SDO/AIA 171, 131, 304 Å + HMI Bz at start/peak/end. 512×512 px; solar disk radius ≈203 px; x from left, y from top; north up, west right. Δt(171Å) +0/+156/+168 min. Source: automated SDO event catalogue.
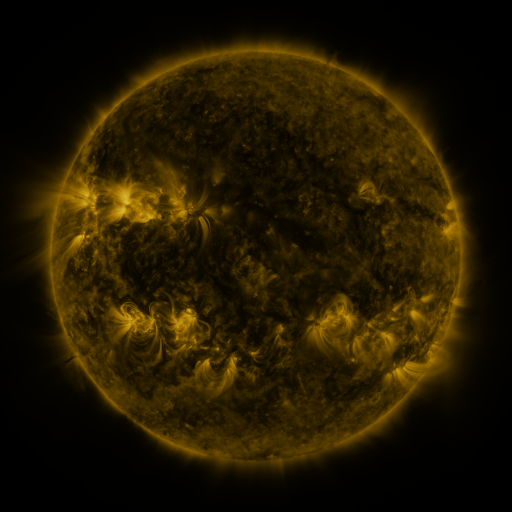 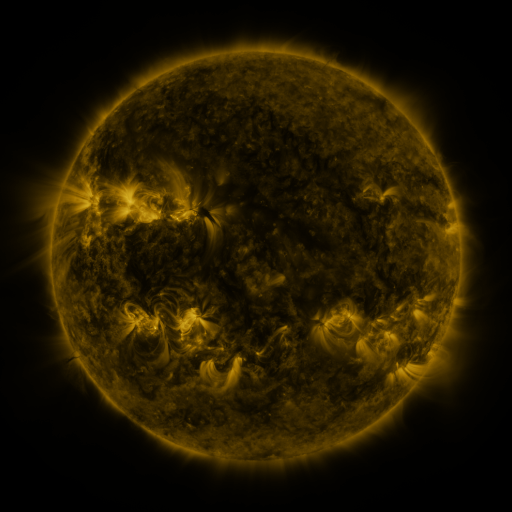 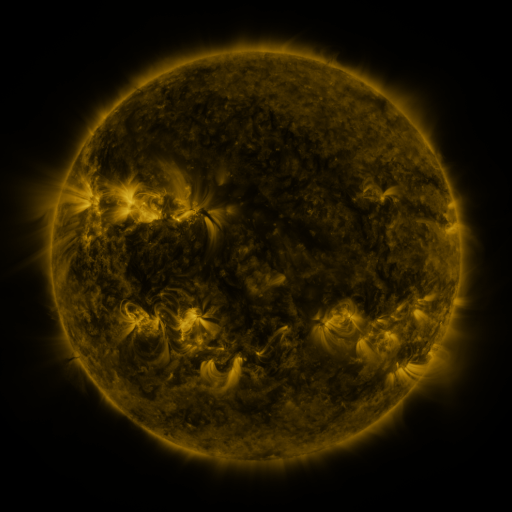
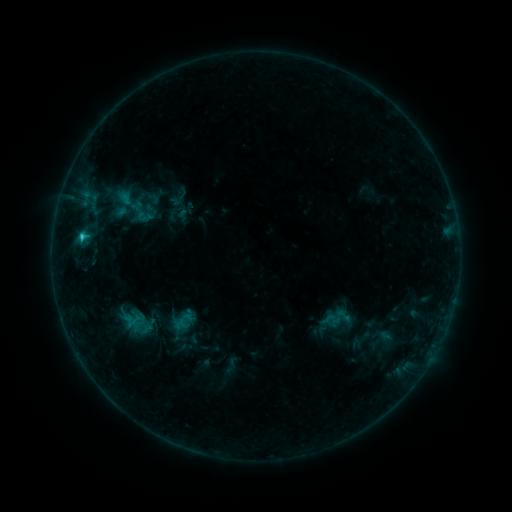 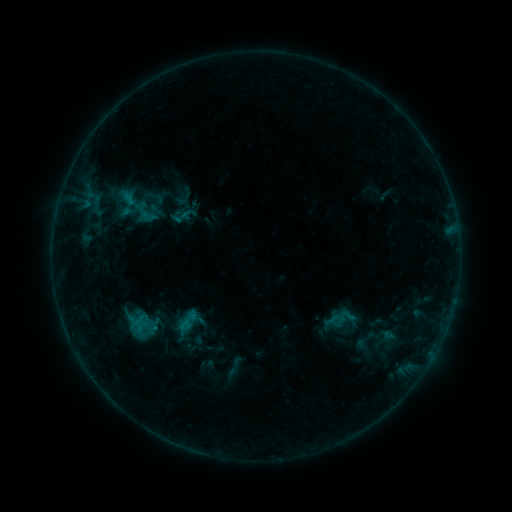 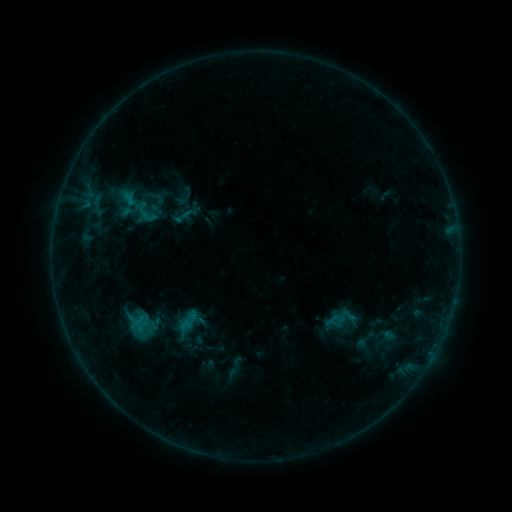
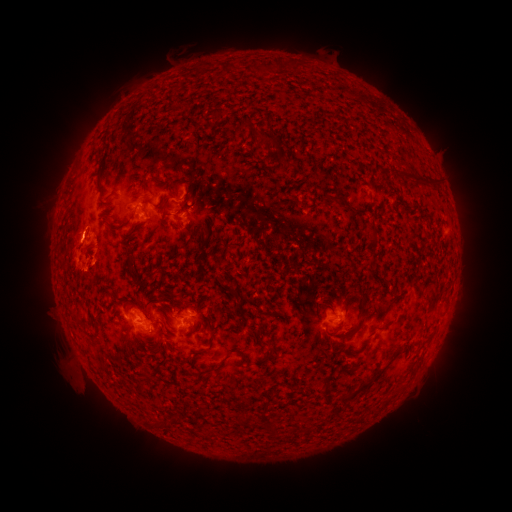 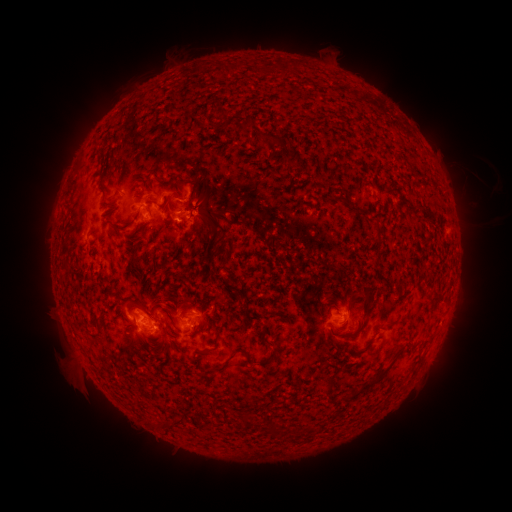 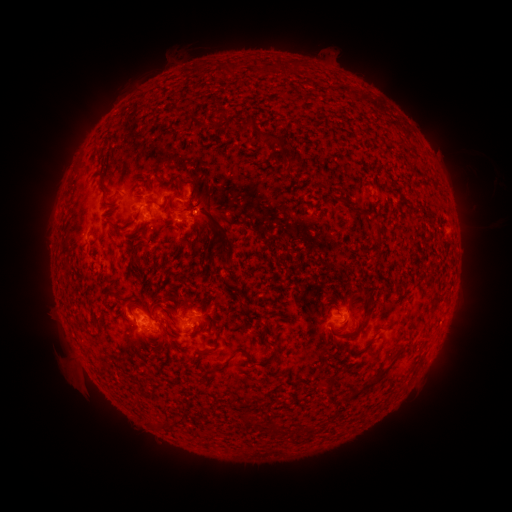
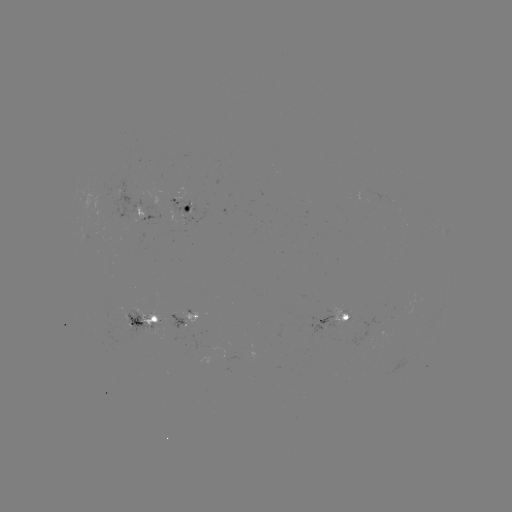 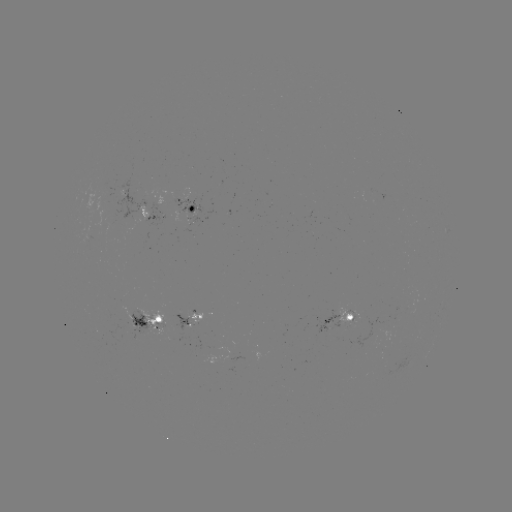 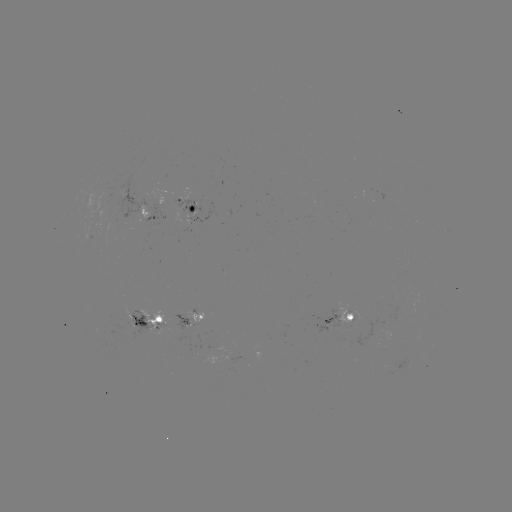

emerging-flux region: [86, 195, 103, 241]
